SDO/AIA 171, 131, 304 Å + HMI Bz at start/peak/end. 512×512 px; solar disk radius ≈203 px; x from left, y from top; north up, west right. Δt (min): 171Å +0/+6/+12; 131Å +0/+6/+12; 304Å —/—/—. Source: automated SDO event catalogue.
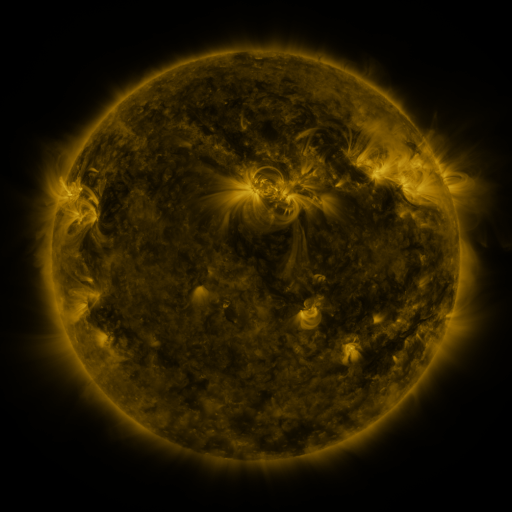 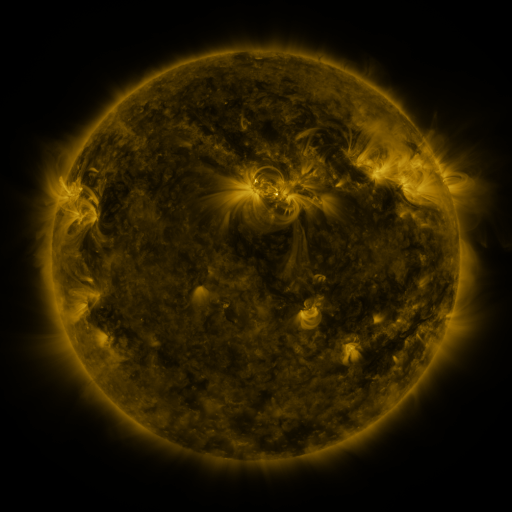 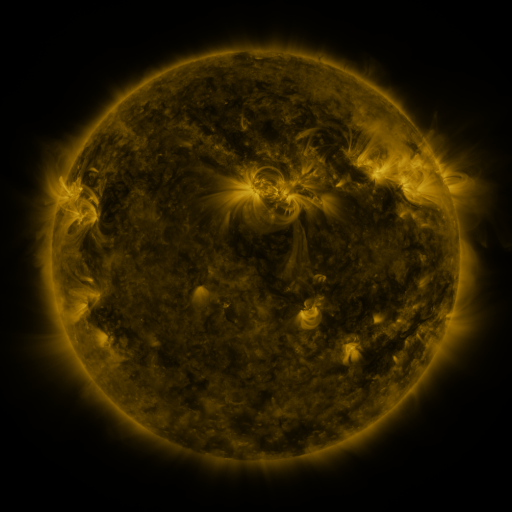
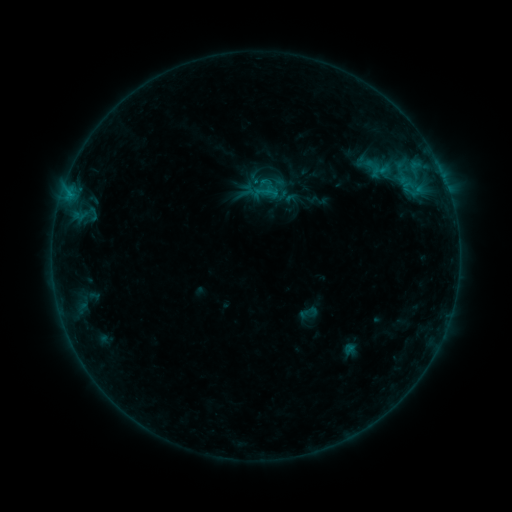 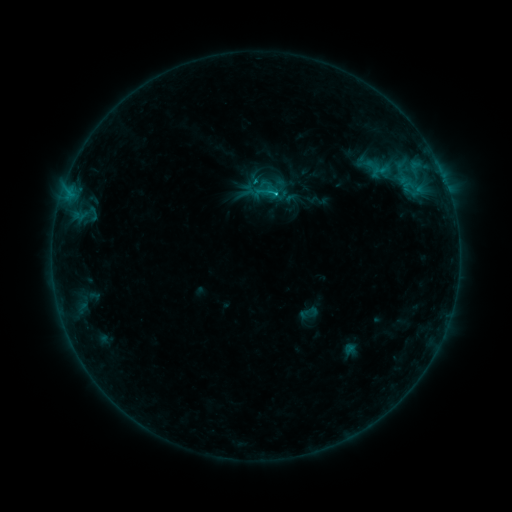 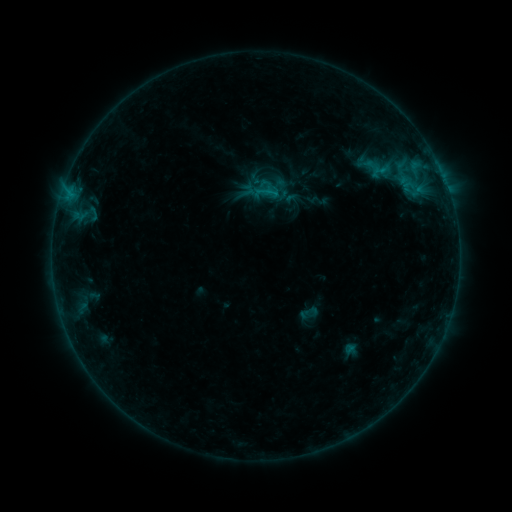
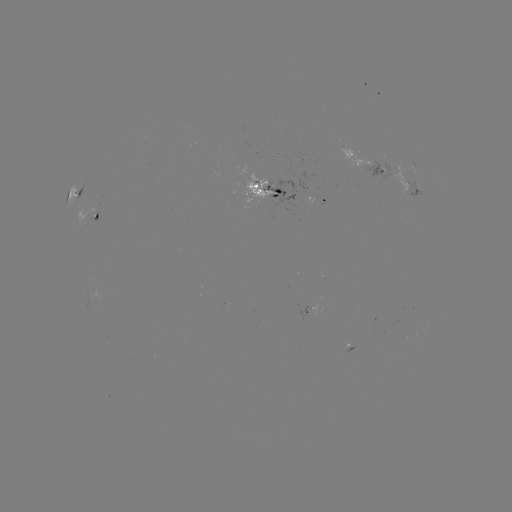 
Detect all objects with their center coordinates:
B8.5 flare: (273, 197)
